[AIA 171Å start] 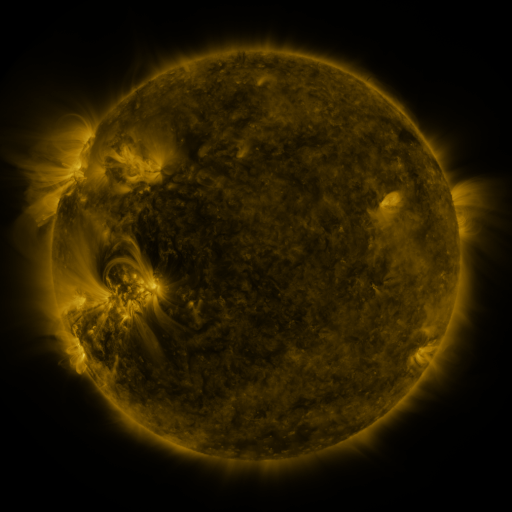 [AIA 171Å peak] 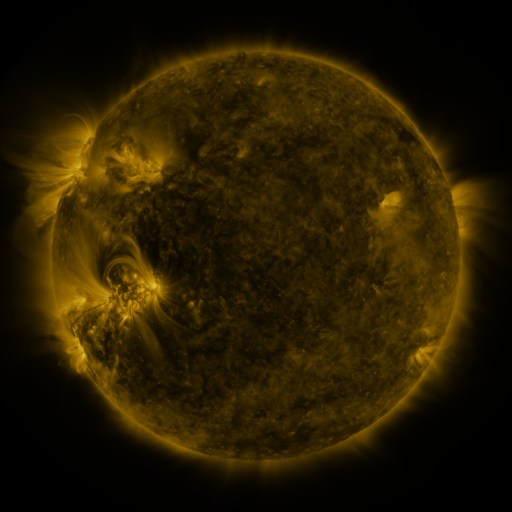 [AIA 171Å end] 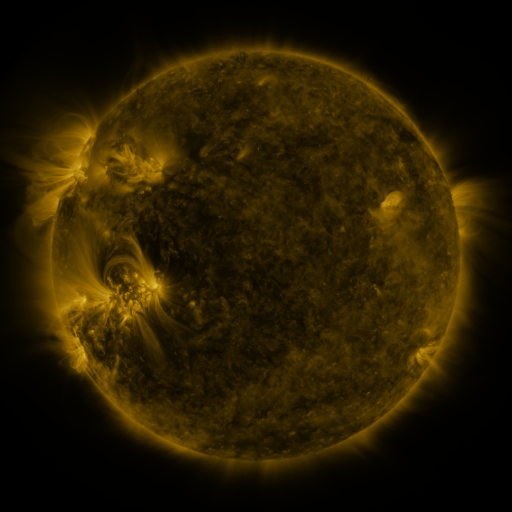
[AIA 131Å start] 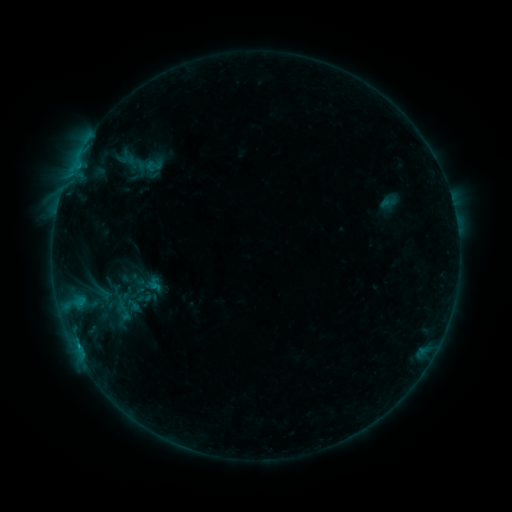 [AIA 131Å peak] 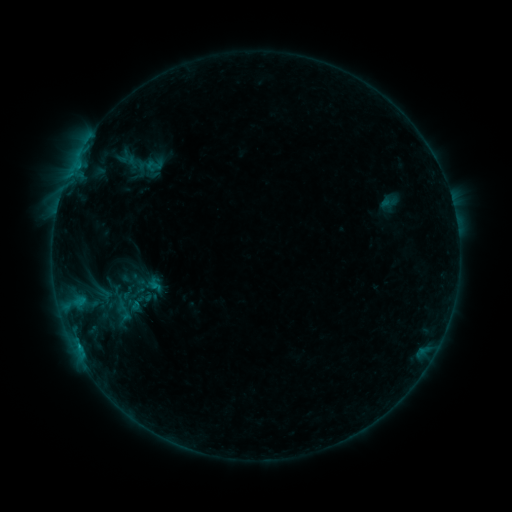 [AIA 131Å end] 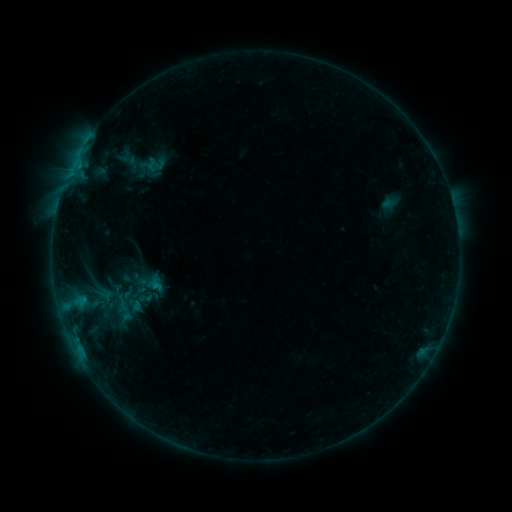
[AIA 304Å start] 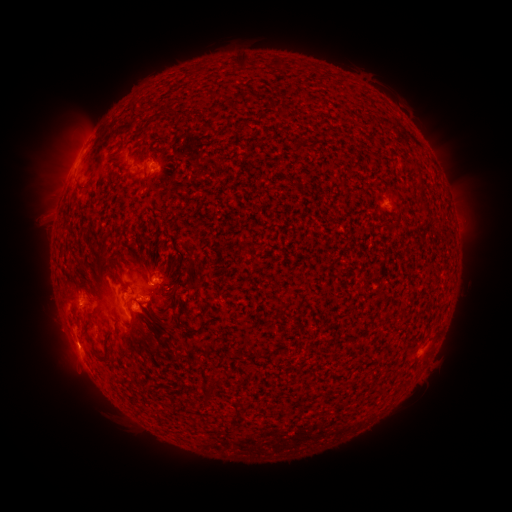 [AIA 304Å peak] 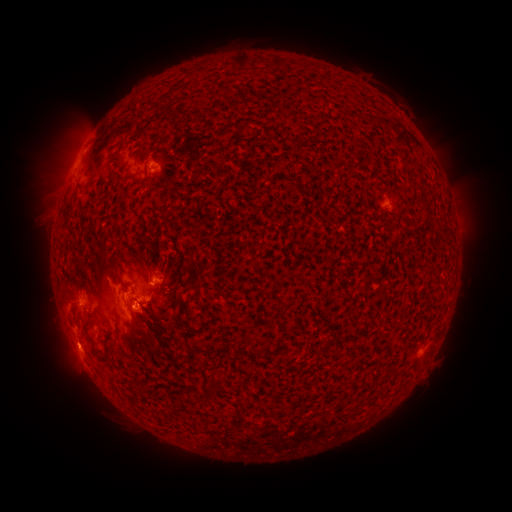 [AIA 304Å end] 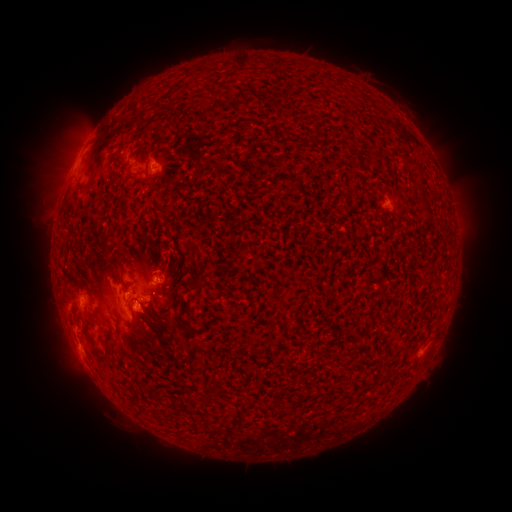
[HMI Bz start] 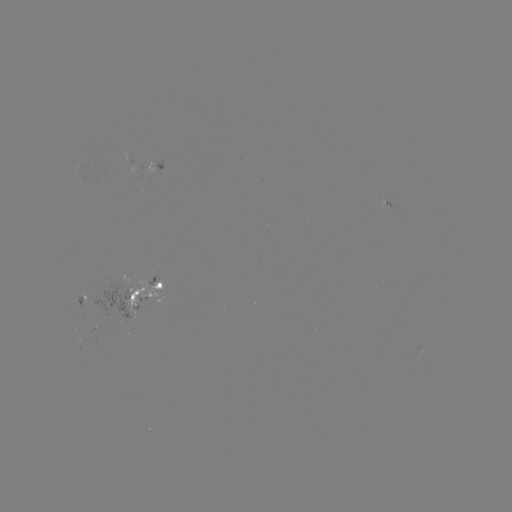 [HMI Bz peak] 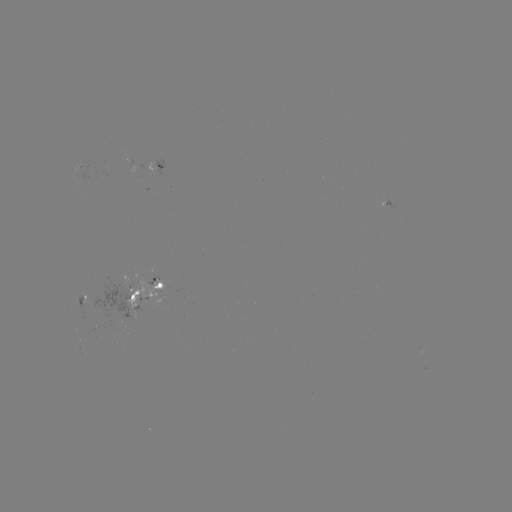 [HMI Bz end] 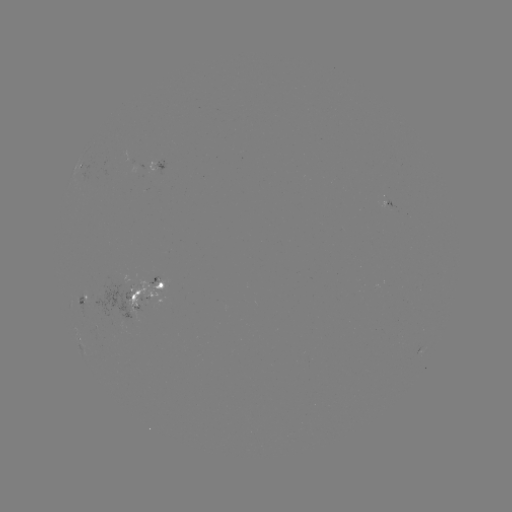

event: emerging-flux region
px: (157, 168)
